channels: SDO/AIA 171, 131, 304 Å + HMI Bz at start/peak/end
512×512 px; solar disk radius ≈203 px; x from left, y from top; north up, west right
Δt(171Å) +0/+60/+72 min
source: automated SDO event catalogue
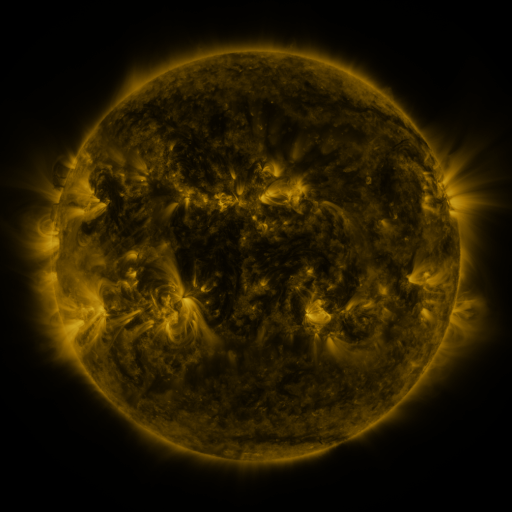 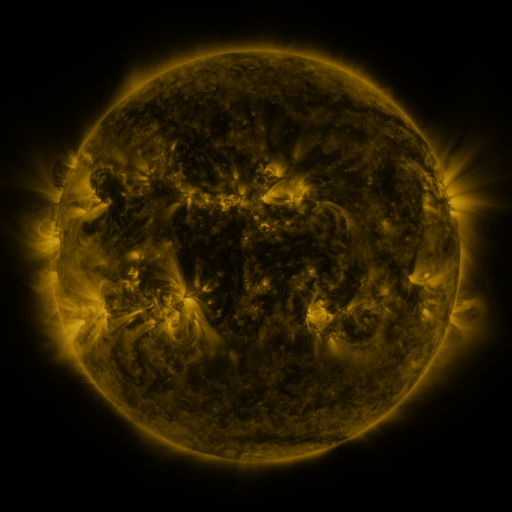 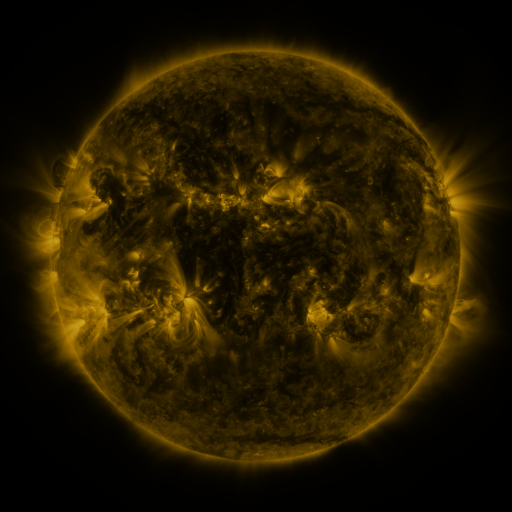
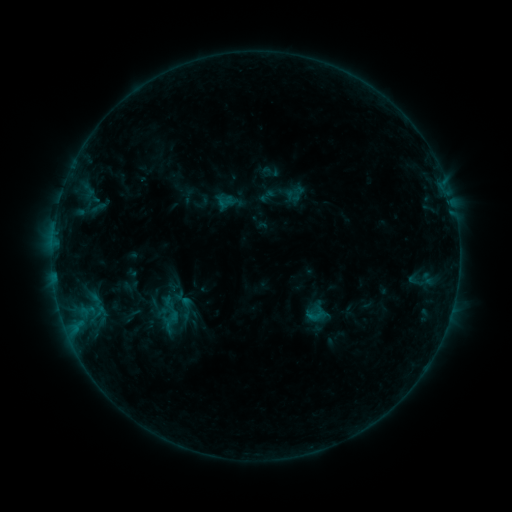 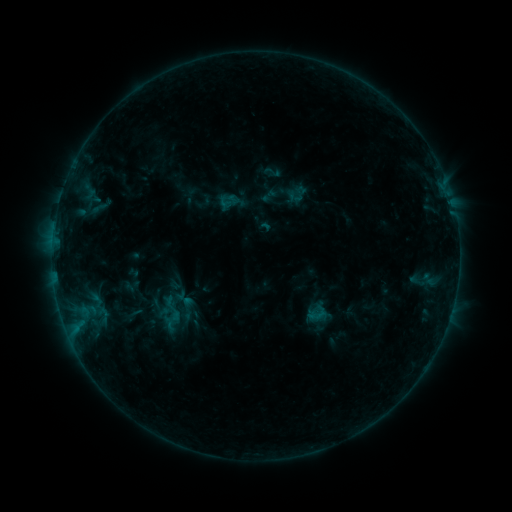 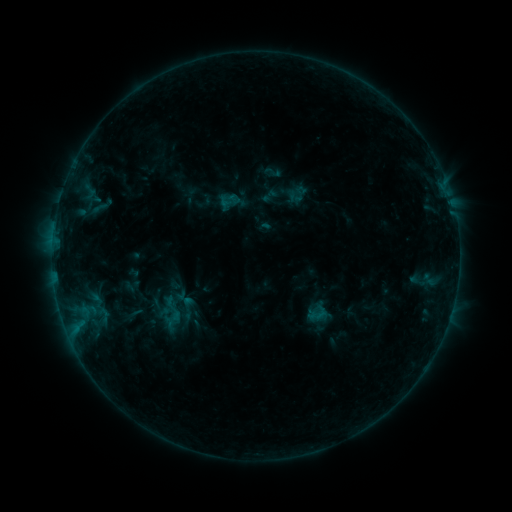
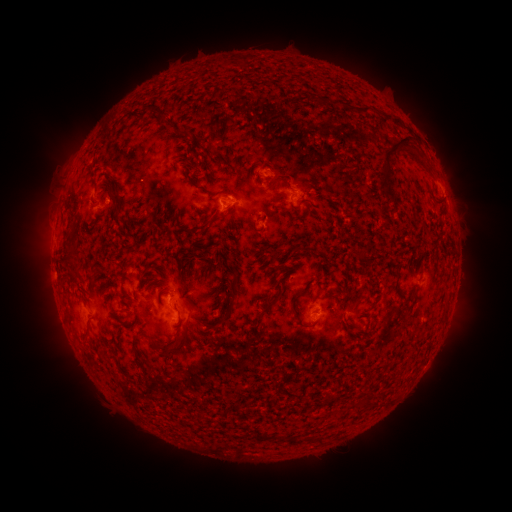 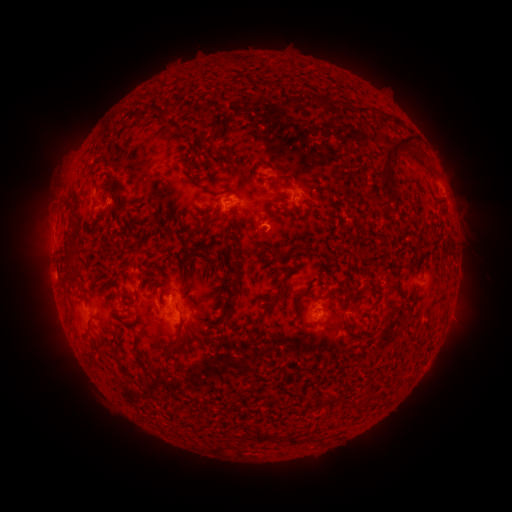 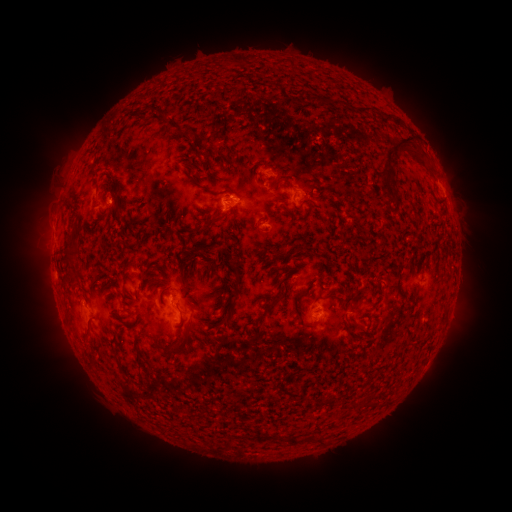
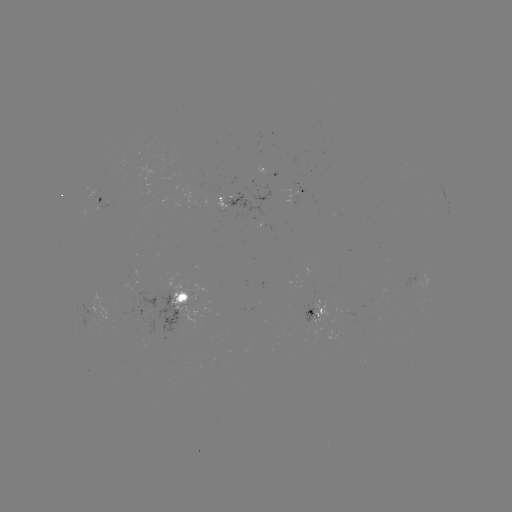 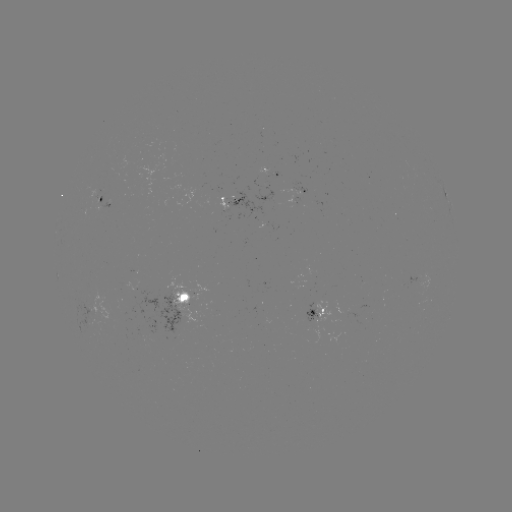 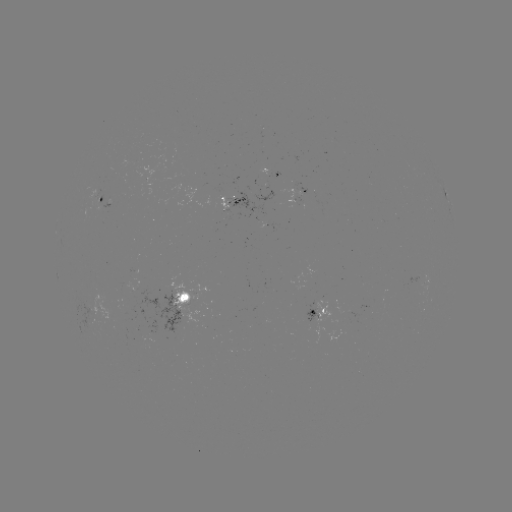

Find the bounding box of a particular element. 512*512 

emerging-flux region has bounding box [219, 196, 229, 210].